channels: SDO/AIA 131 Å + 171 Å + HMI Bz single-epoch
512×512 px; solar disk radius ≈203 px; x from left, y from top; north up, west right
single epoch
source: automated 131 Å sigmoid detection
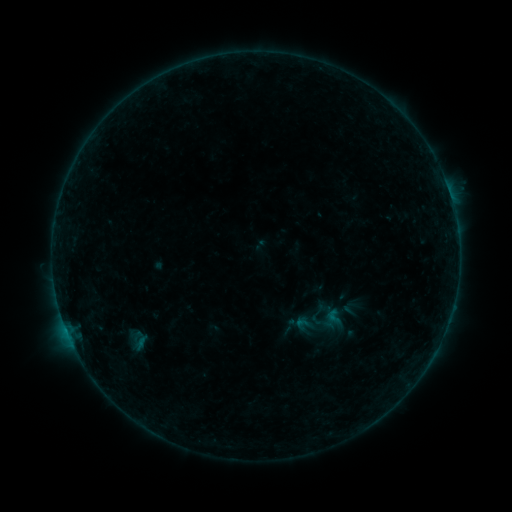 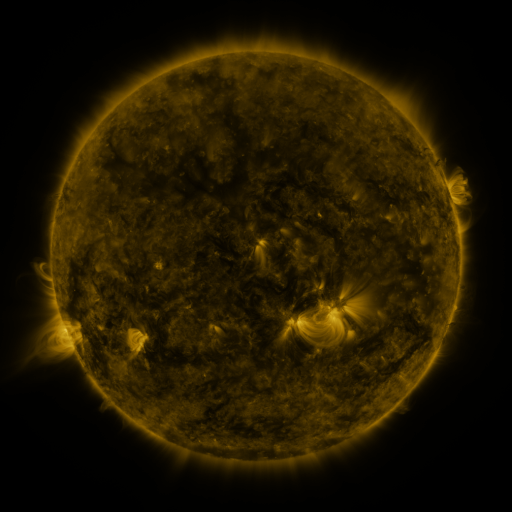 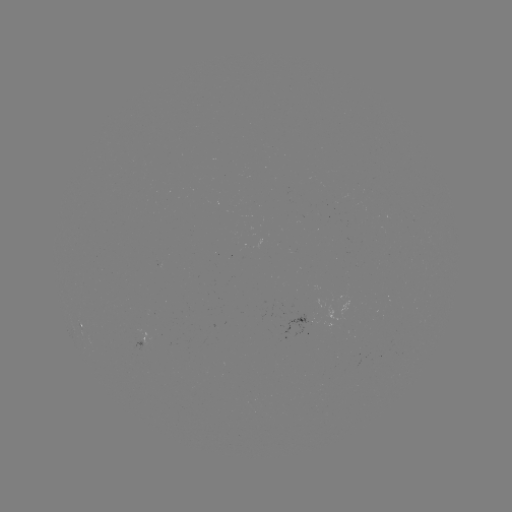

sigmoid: [324, 307, 343, 326]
